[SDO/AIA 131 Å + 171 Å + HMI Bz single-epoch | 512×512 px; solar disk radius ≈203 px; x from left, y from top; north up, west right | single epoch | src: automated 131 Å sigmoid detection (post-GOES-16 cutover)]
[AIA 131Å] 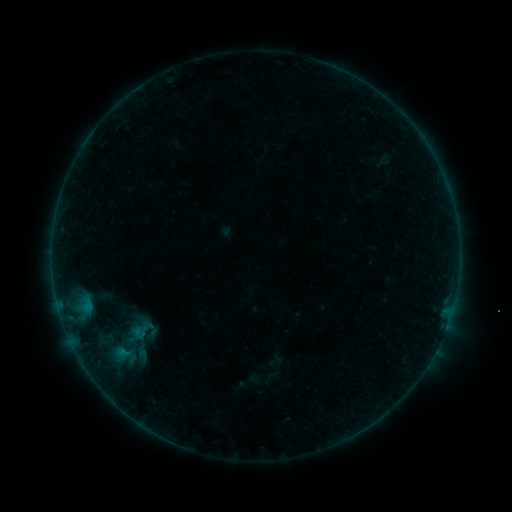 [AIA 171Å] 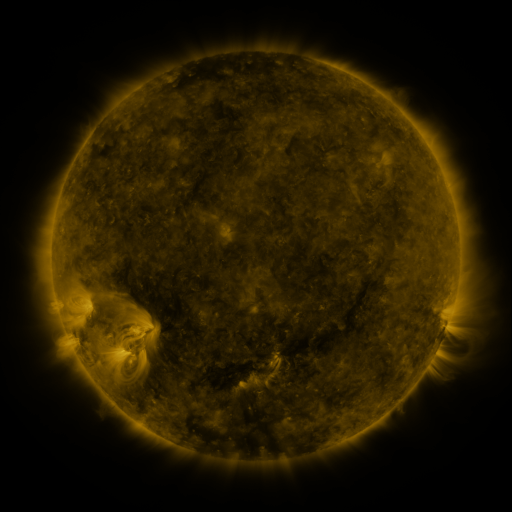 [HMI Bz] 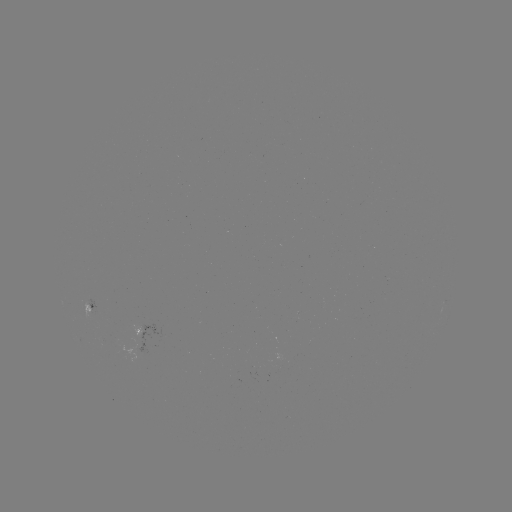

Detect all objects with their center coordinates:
sigmoid: (123, 317, 161, 342)
sigmoid: (99, 342, 150, 369)
